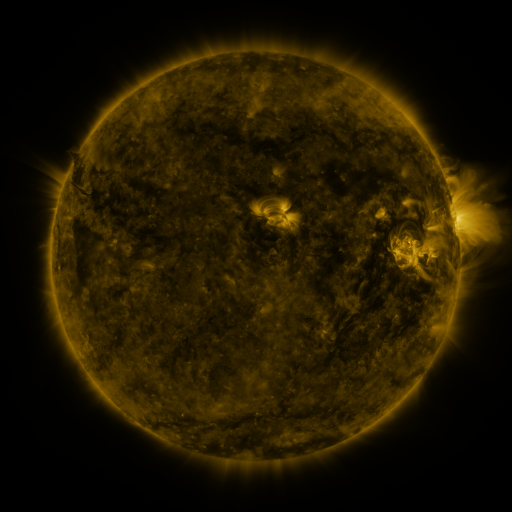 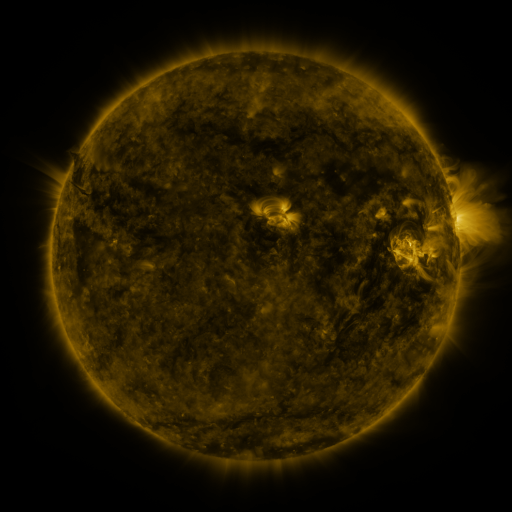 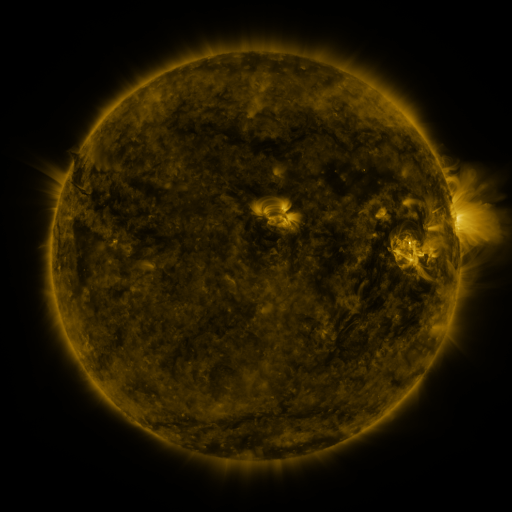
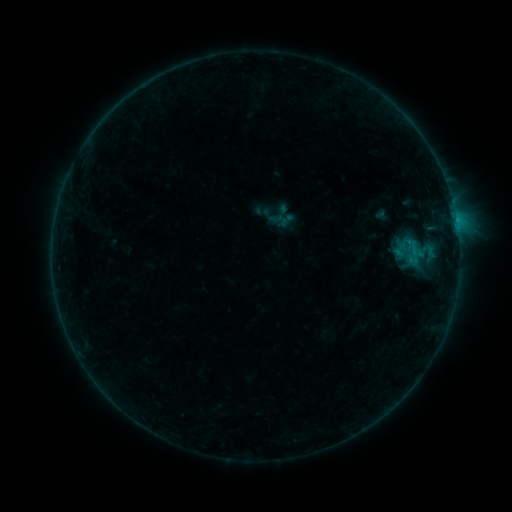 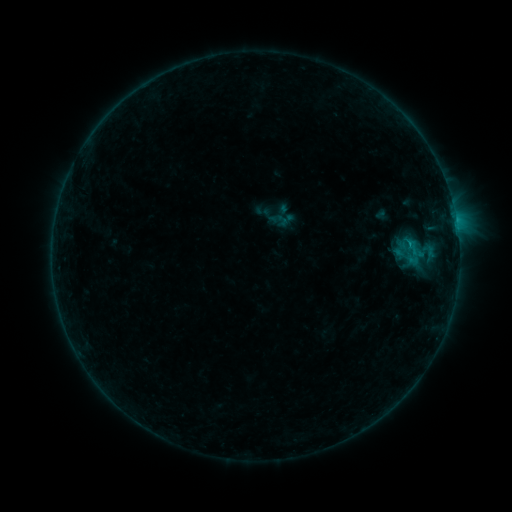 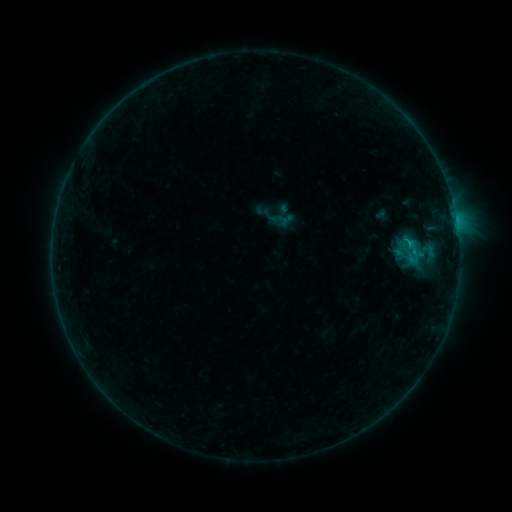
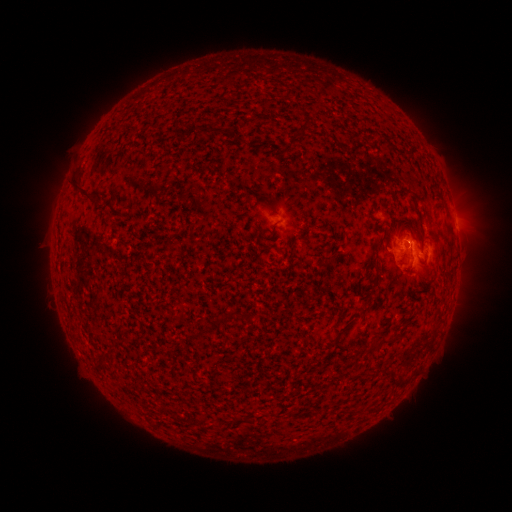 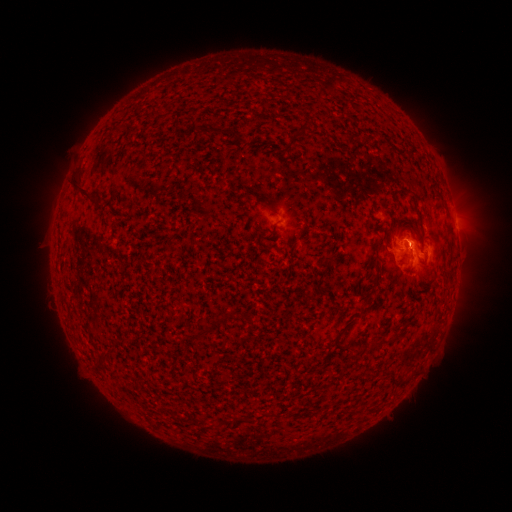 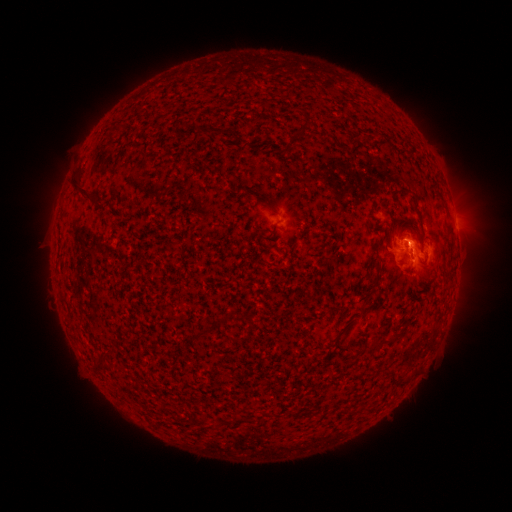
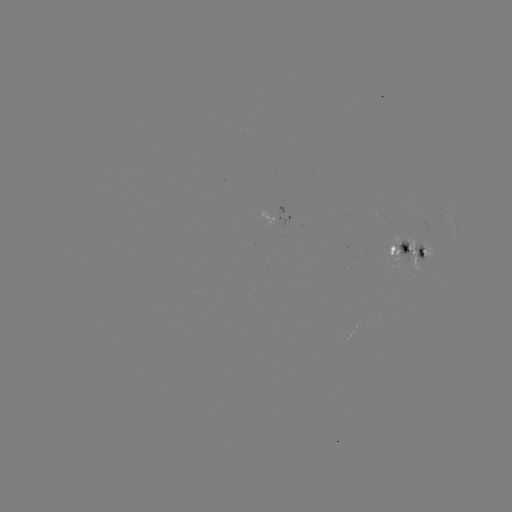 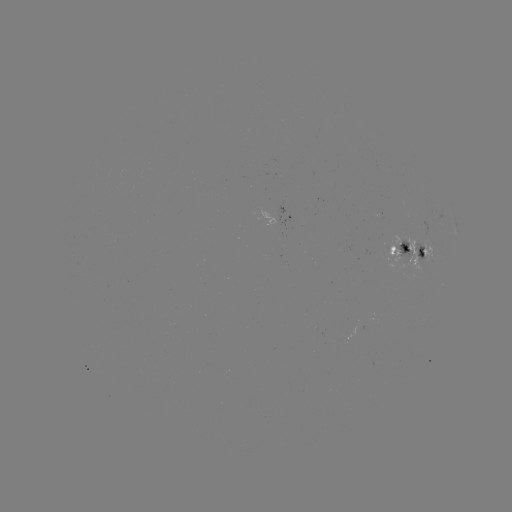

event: flare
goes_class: B6.0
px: (411, 246)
